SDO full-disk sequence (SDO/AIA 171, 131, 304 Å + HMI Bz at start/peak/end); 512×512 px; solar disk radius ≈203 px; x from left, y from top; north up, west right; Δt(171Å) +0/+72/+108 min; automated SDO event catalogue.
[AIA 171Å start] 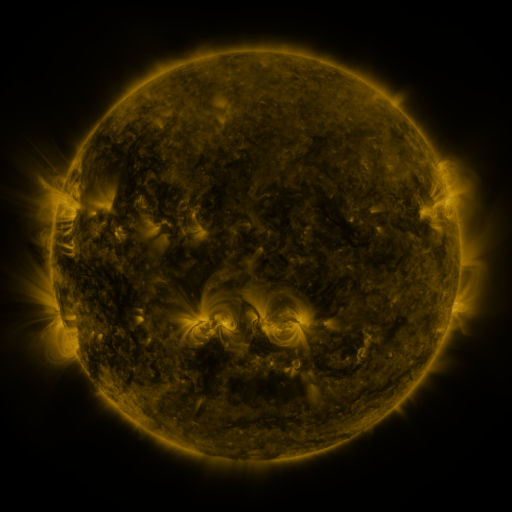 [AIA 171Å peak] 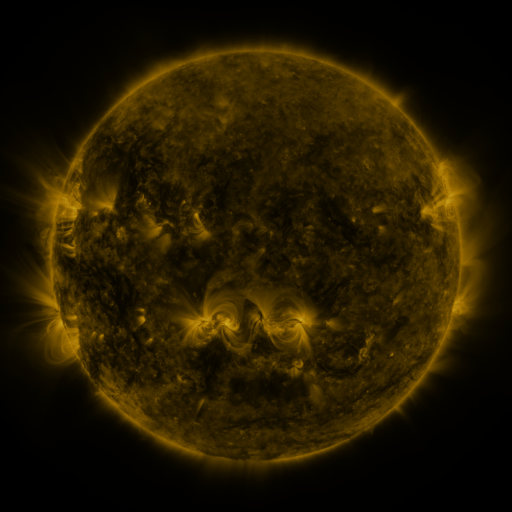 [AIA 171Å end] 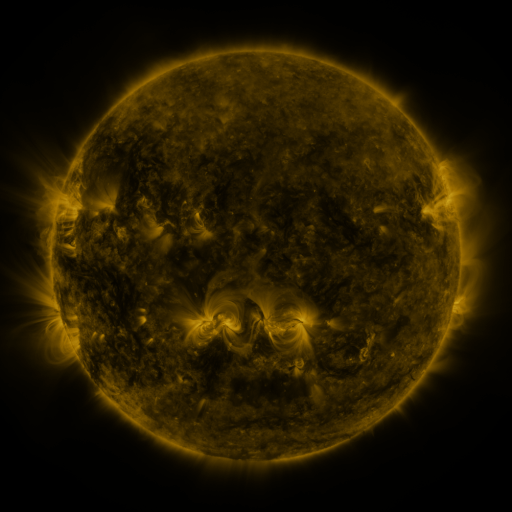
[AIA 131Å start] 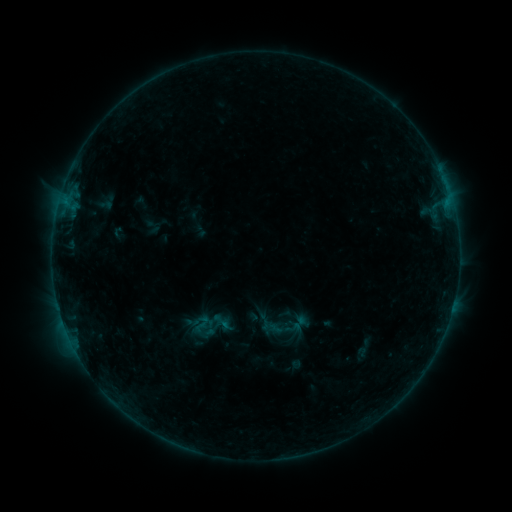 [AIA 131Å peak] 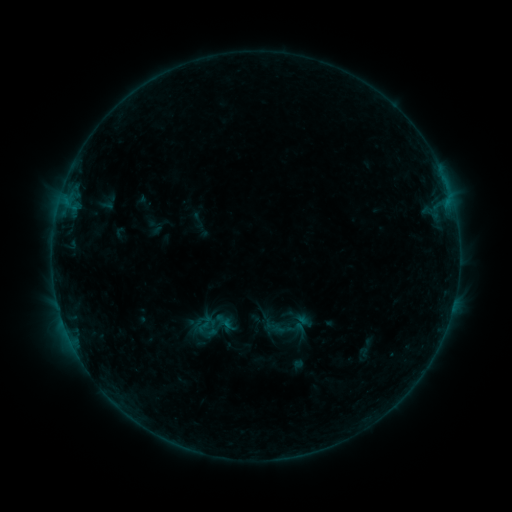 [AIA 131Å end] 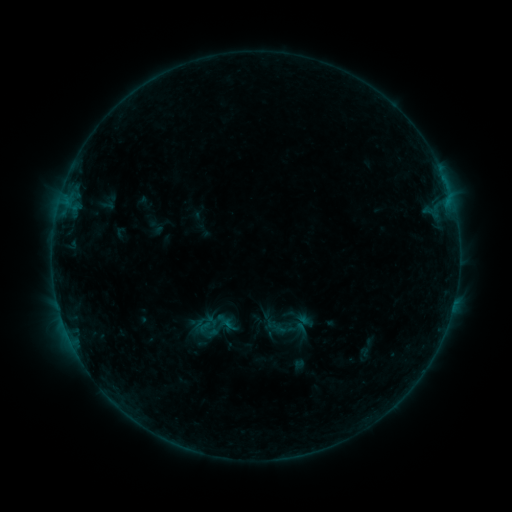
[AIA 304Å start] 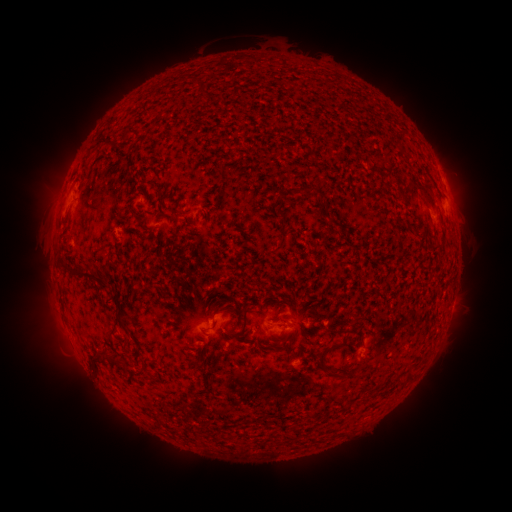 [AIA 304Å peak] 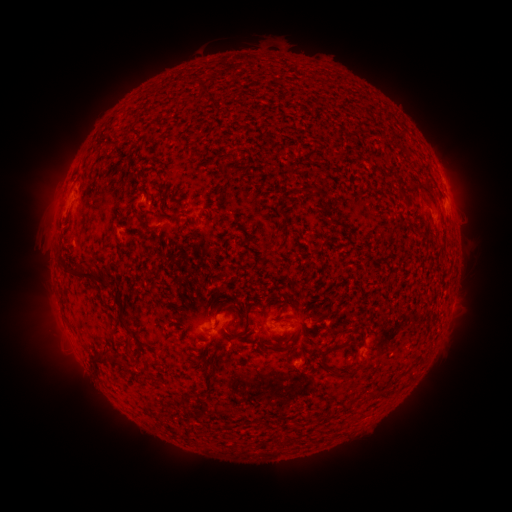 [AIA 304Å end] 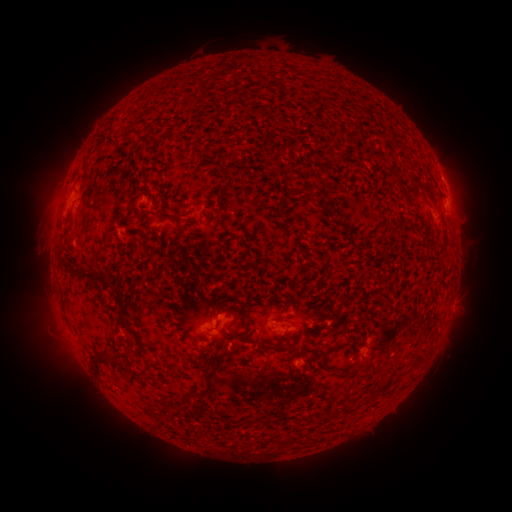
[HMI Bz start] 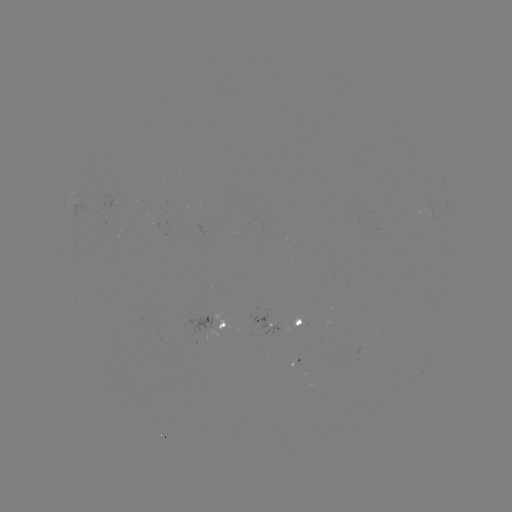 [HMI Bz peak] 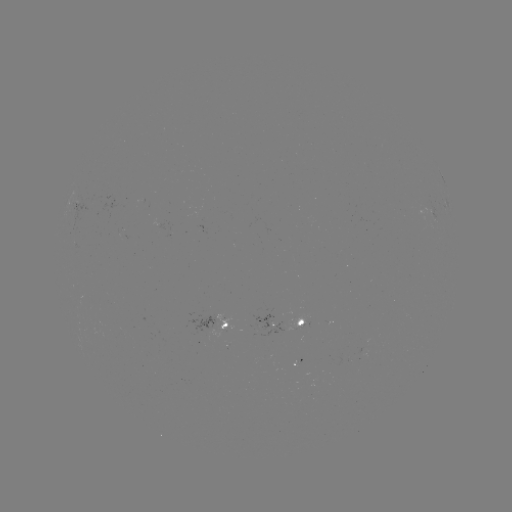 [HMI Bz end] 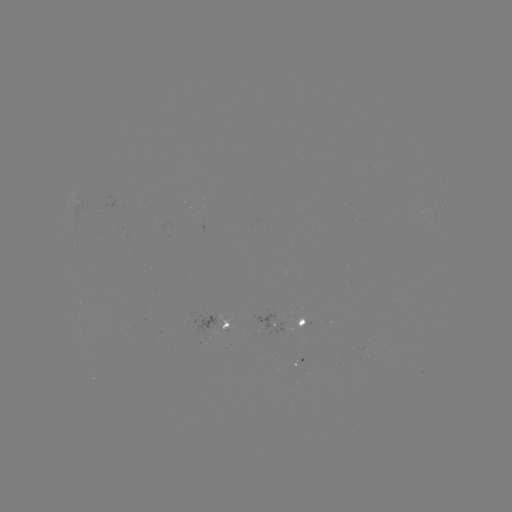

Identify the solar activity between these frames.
emerging-flux region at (305, 322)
